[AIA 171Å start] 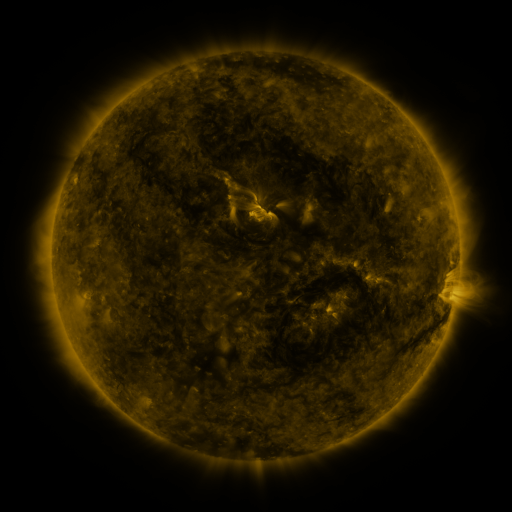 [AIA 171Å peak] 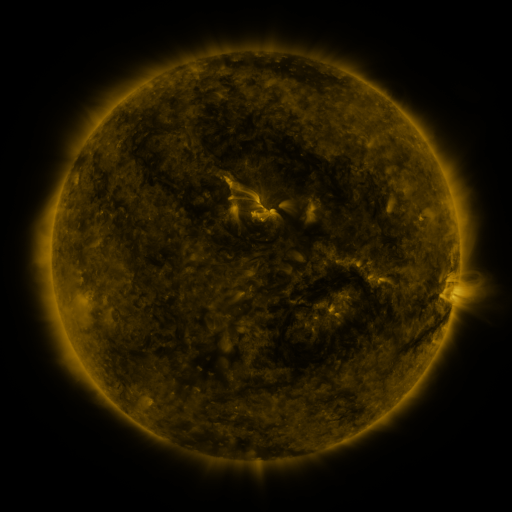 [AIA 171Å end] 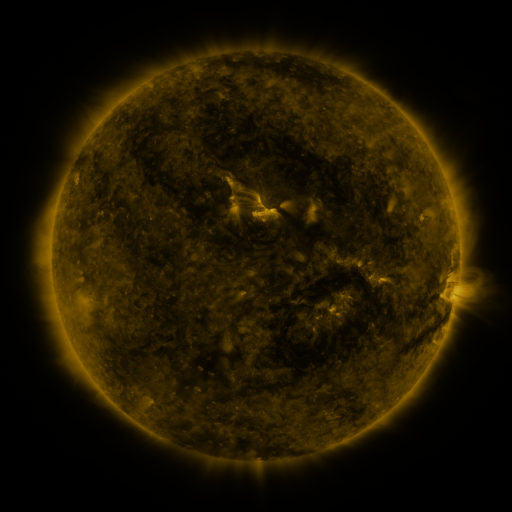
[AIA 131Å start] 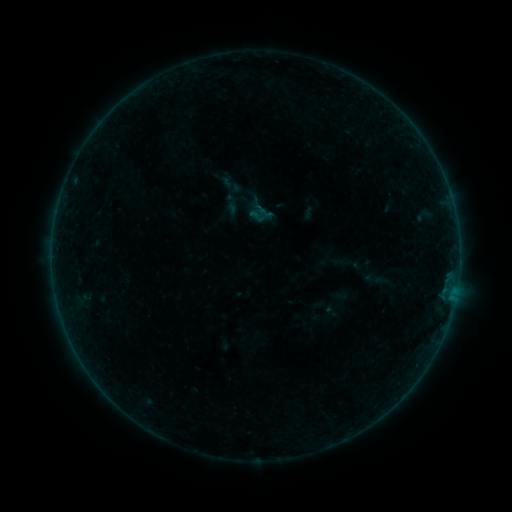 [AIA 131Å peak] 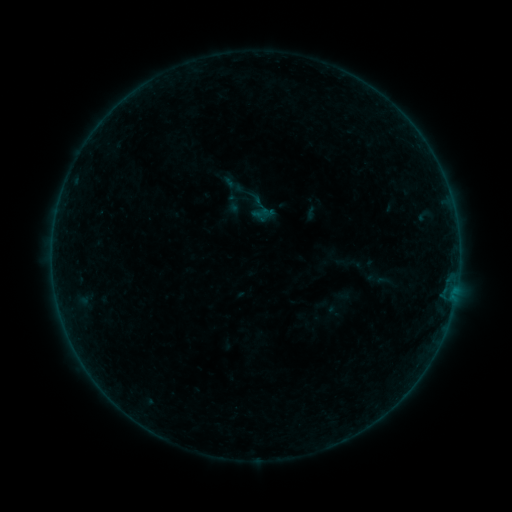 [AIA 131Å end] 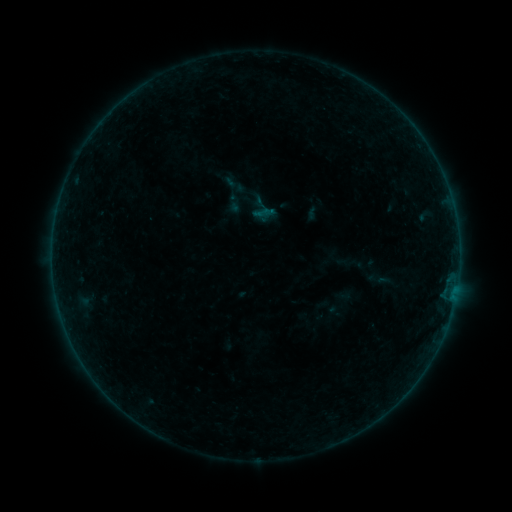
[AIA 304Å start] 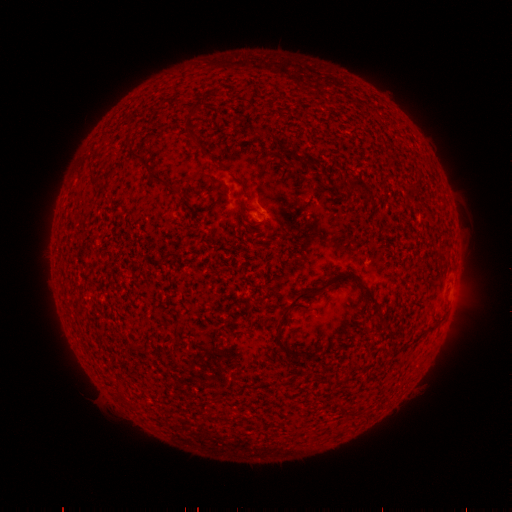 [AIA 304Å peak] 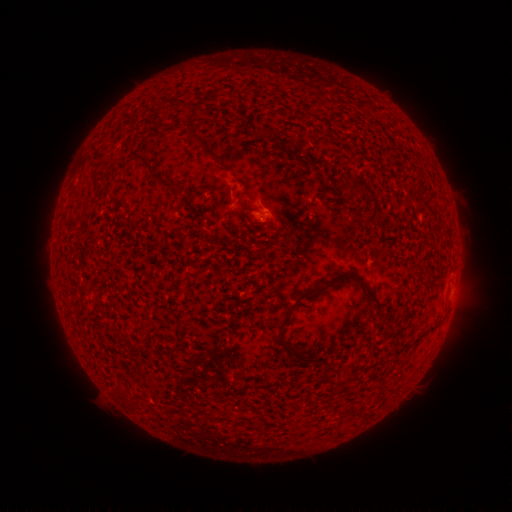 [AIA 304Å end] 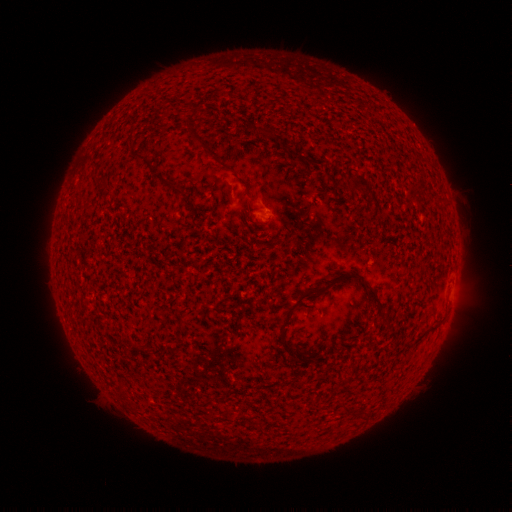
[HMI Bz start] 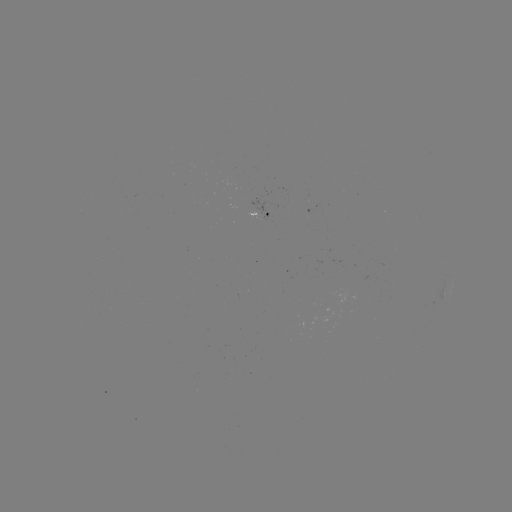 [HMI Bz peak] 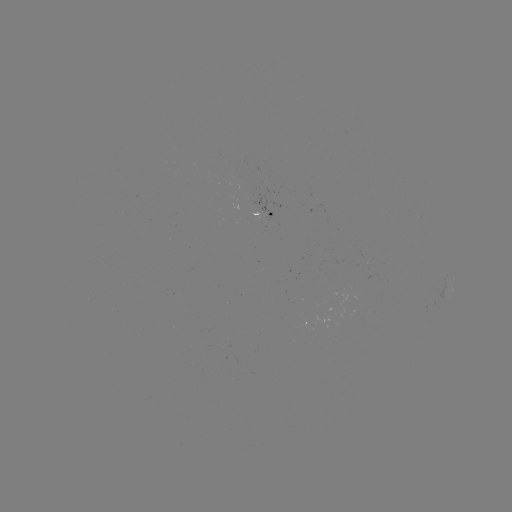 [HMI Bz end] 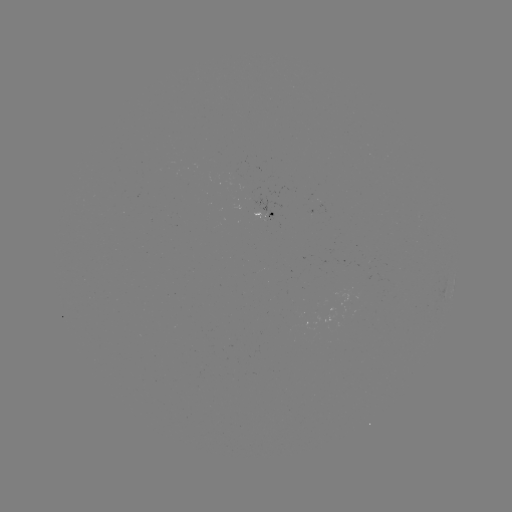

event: emerging-flux region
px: (259, 218)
